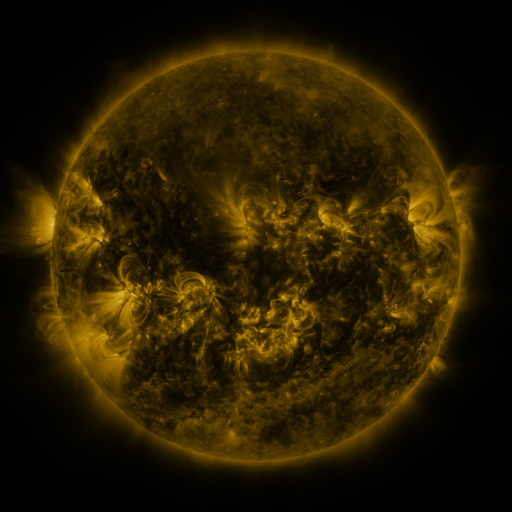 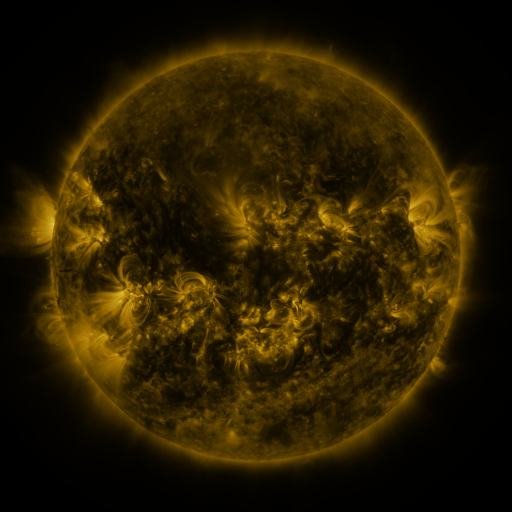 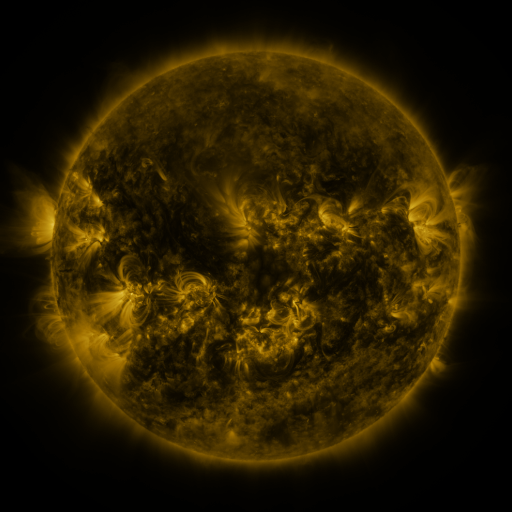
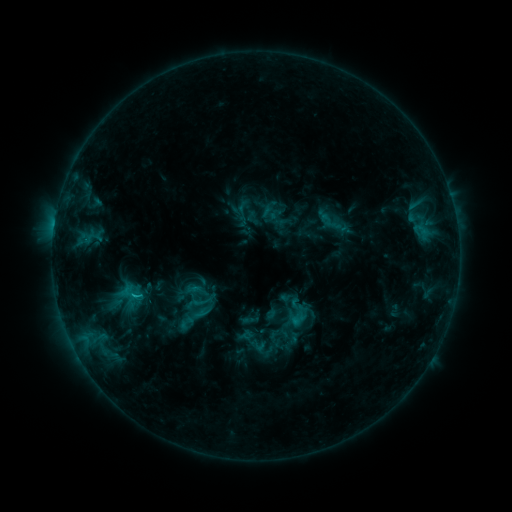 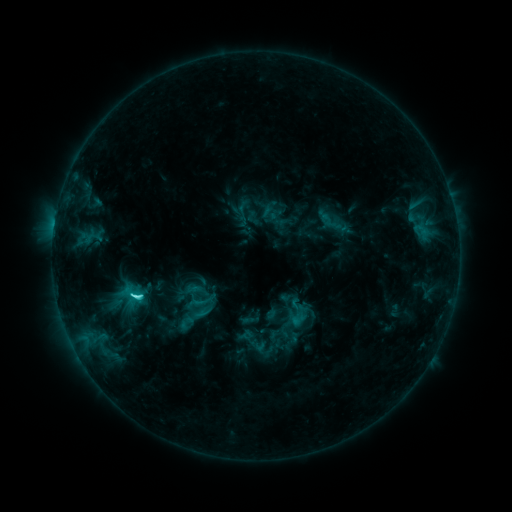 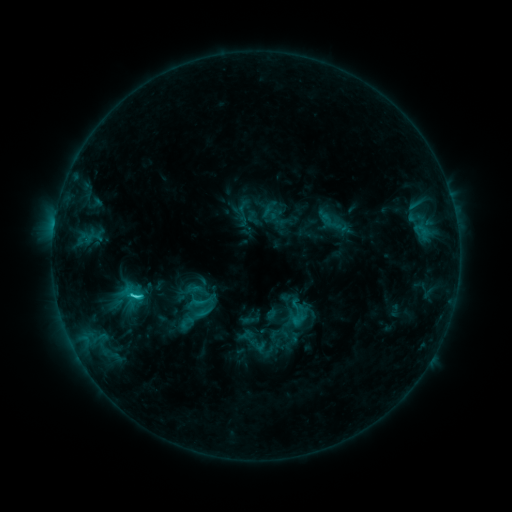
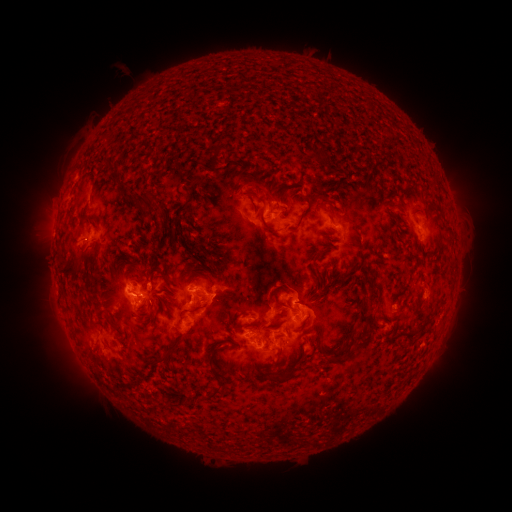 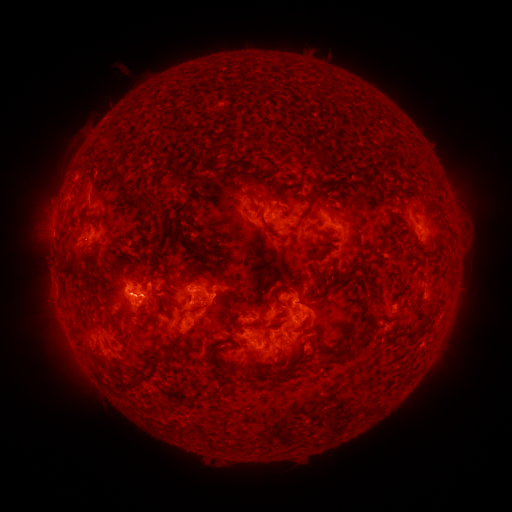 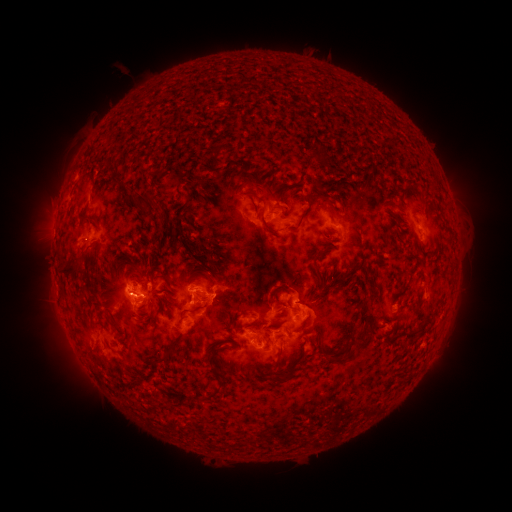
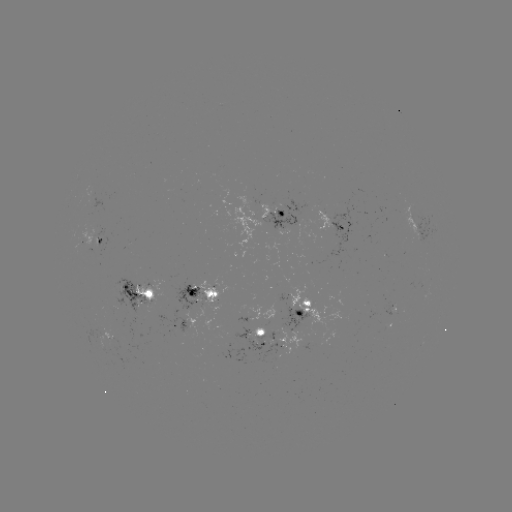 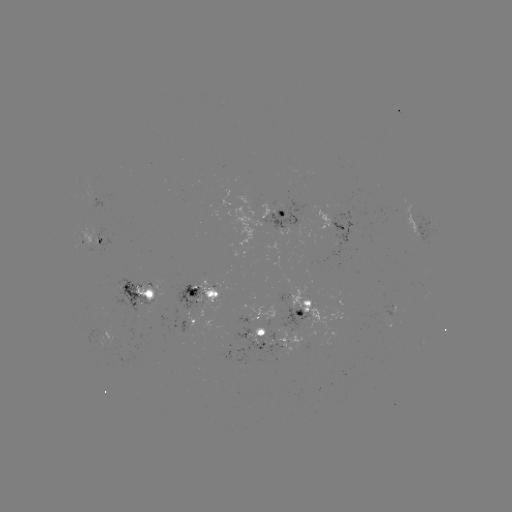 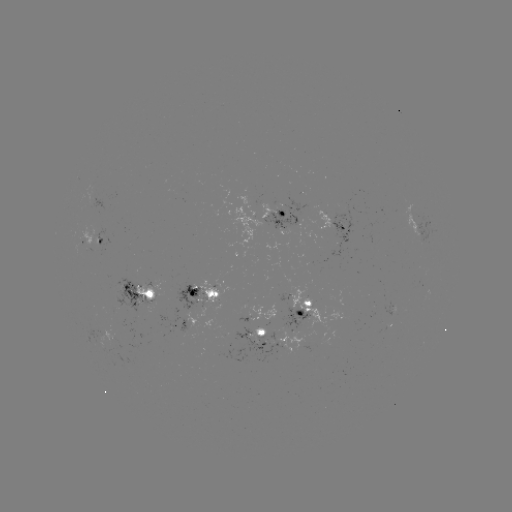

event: flare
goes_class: C4.0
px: (137, 293)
